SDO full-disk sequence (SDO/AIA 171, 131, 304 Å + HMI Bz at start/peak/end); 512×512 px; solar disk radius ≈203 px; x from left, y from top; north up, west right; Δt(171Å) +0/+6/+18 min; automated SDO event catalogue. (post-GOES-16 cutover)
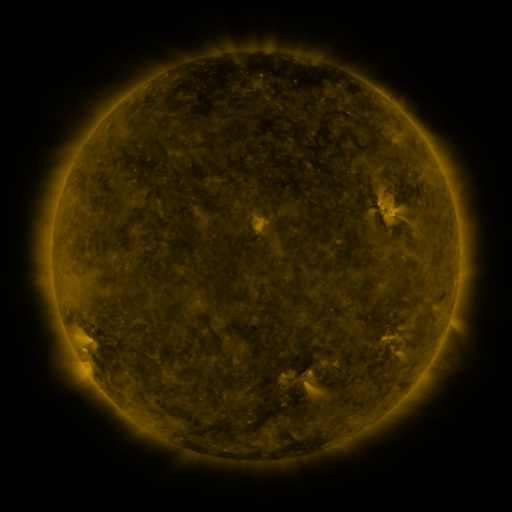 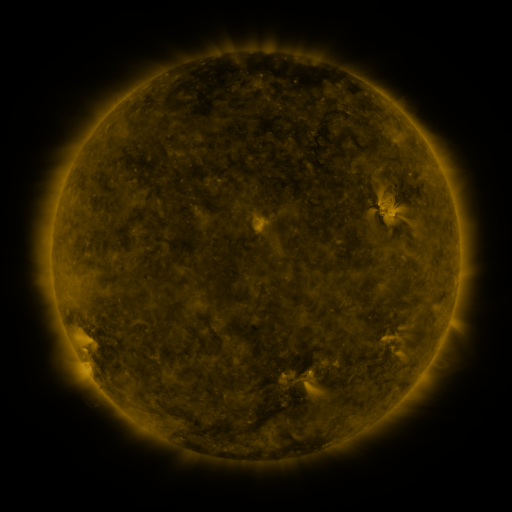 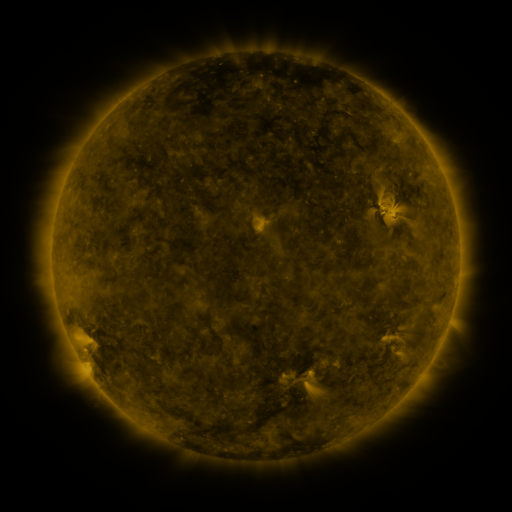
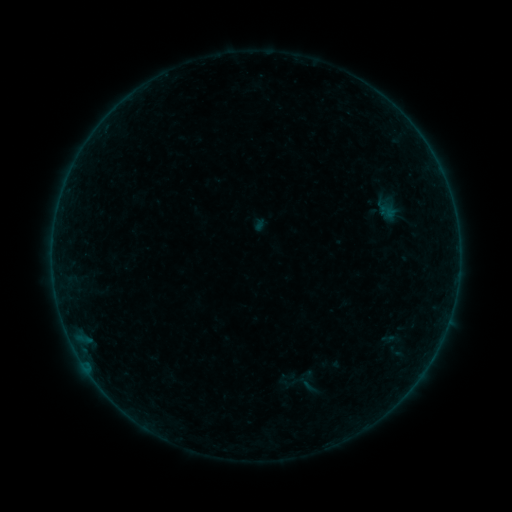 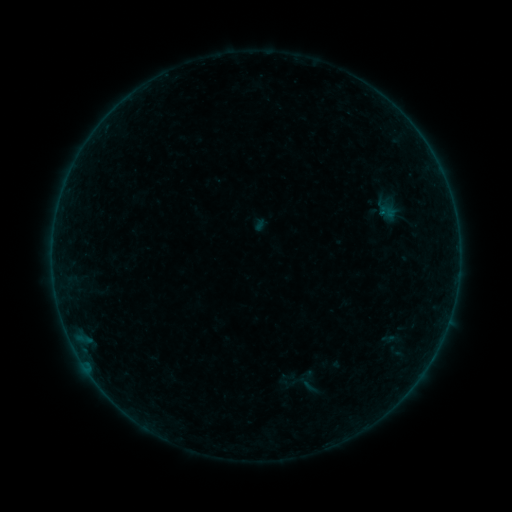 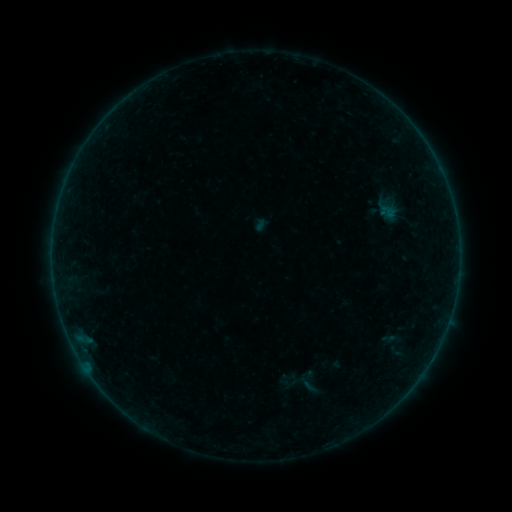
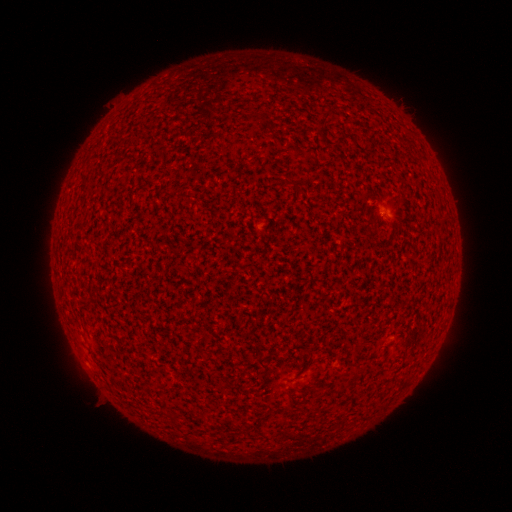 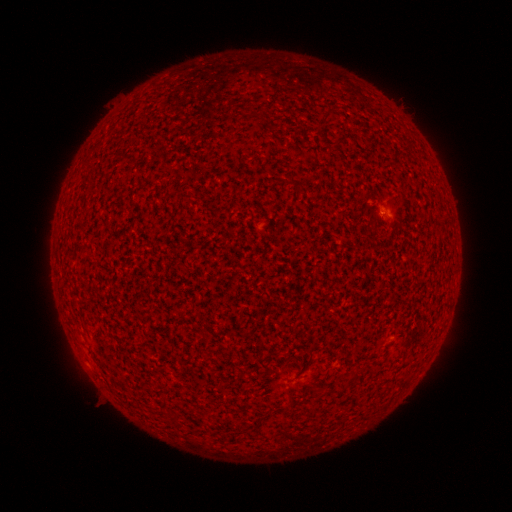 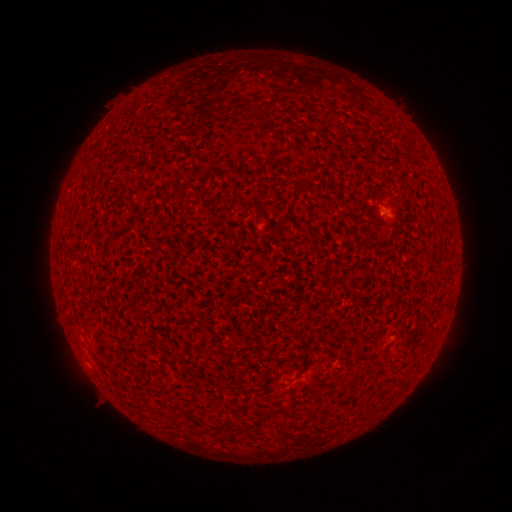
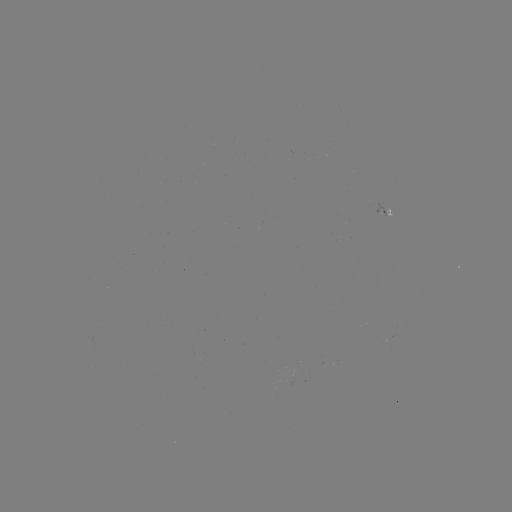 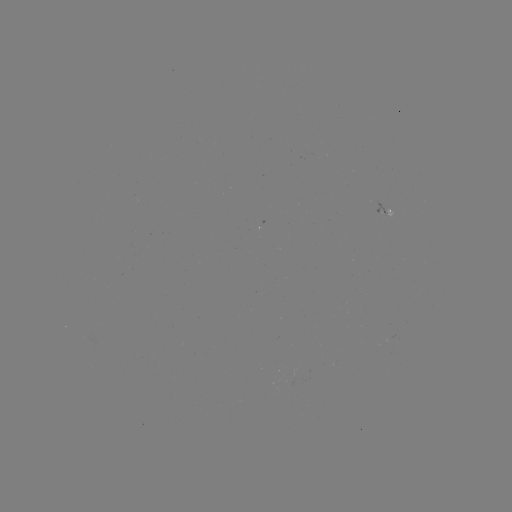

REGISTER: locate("A4.5 flare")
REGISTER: (381, 214)